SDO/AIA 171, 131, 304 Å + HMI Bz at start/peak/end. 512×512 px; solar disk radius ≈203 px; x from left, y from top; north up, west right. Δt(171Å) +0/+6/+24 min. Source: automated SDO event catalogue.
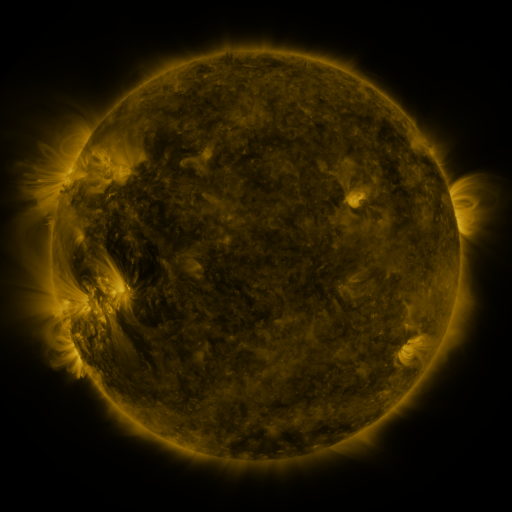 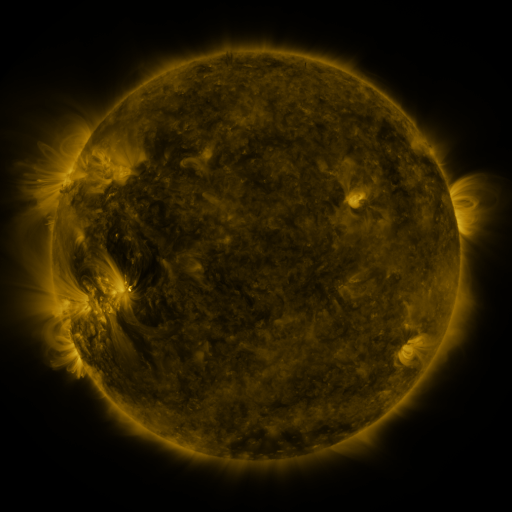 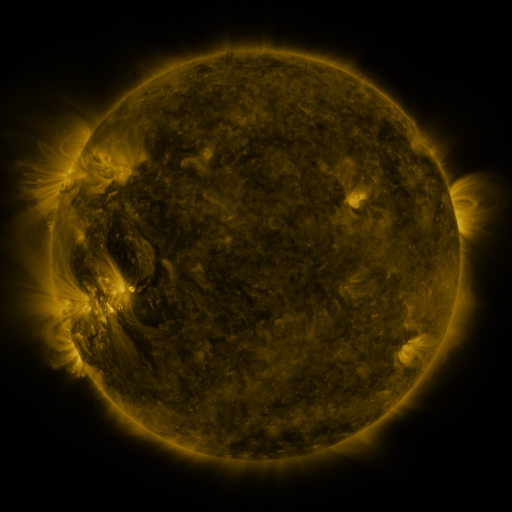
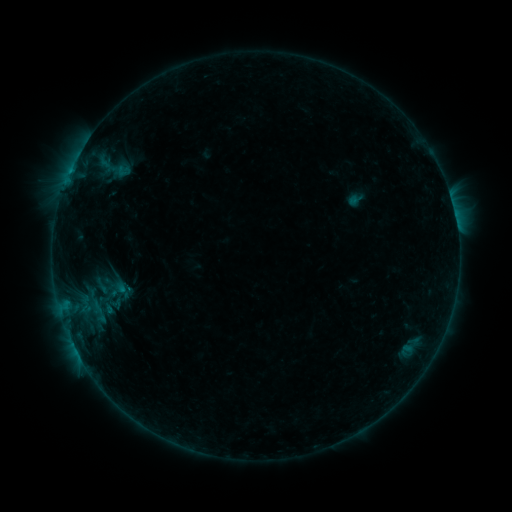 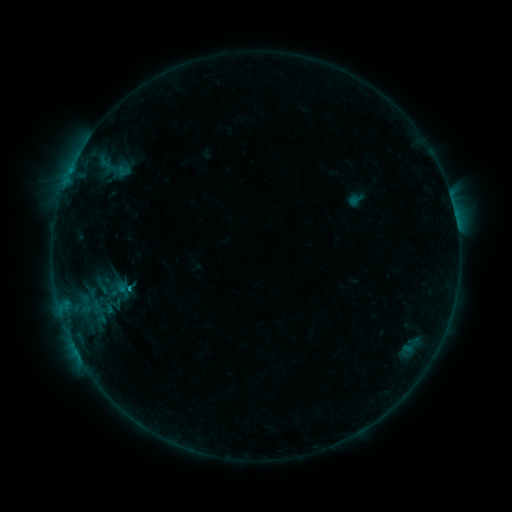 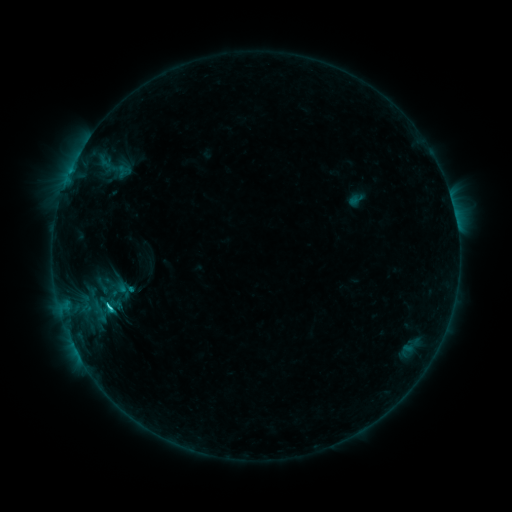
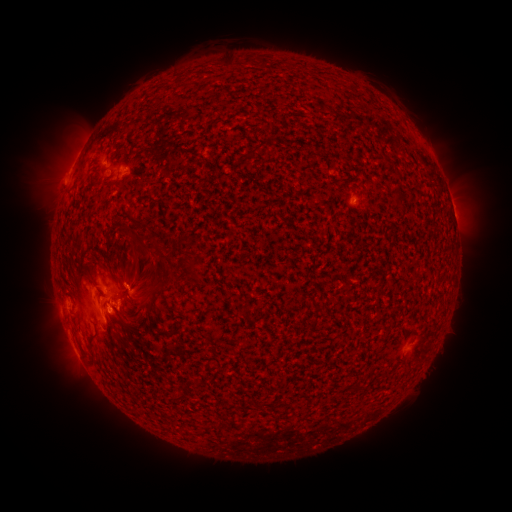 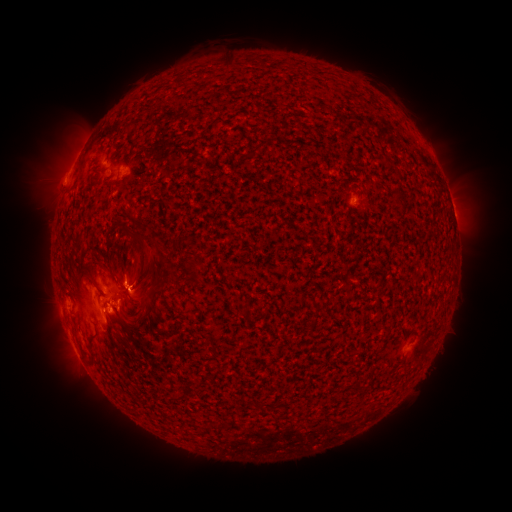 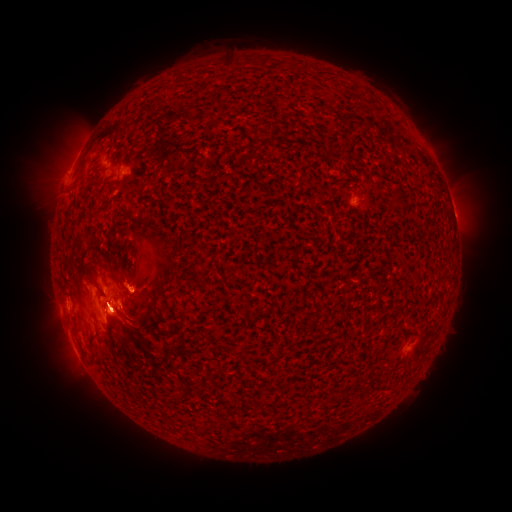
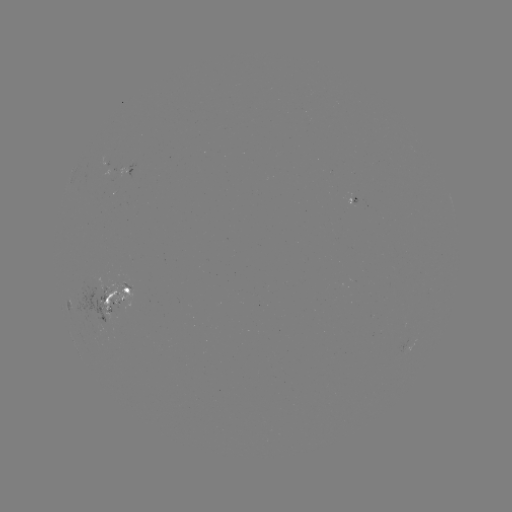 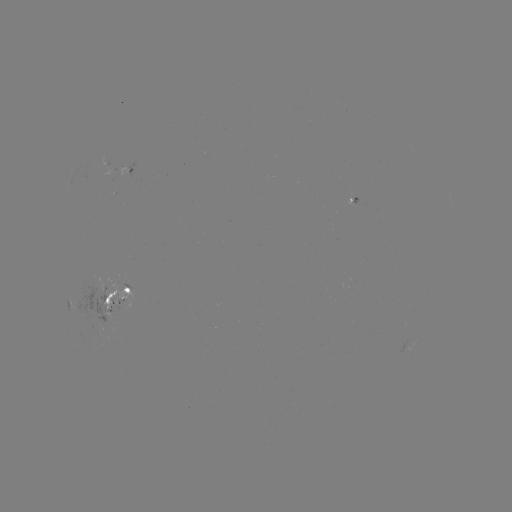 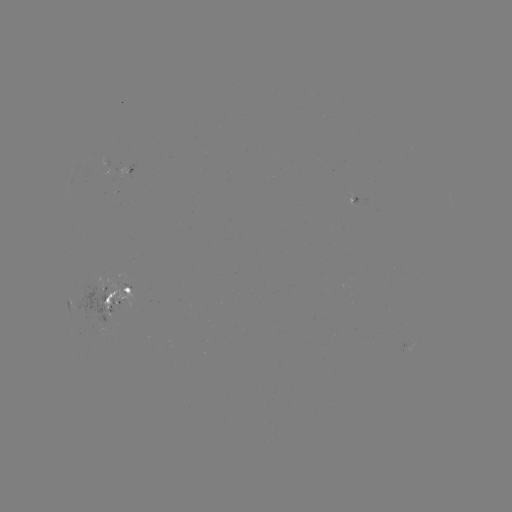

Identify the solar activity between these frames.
C1.3 flare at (131, 286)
